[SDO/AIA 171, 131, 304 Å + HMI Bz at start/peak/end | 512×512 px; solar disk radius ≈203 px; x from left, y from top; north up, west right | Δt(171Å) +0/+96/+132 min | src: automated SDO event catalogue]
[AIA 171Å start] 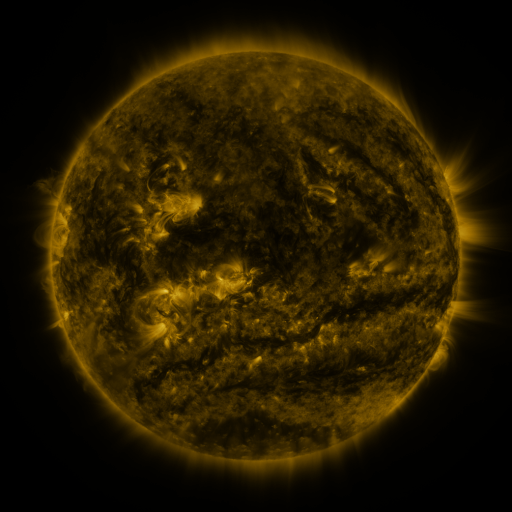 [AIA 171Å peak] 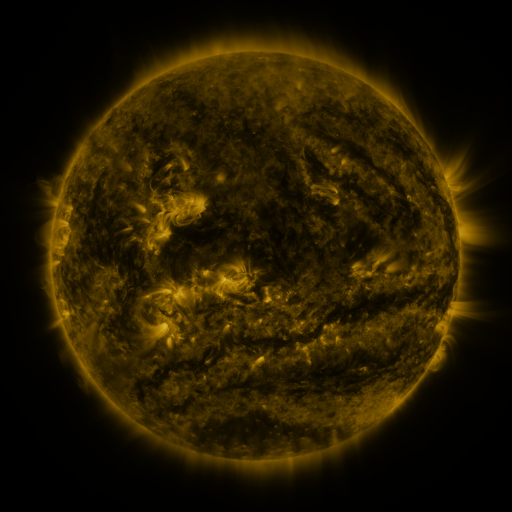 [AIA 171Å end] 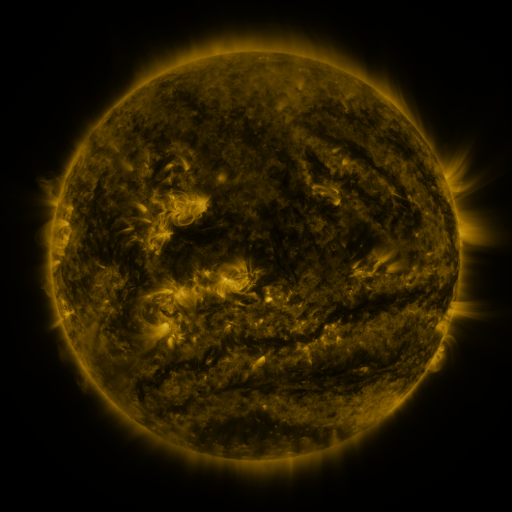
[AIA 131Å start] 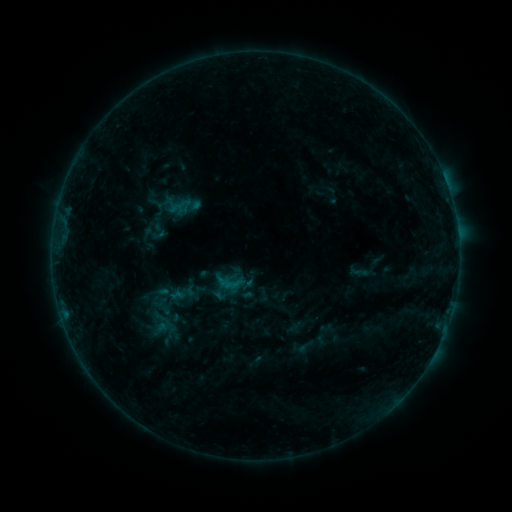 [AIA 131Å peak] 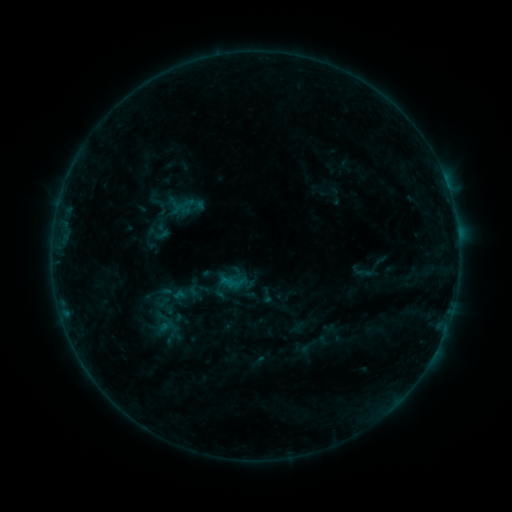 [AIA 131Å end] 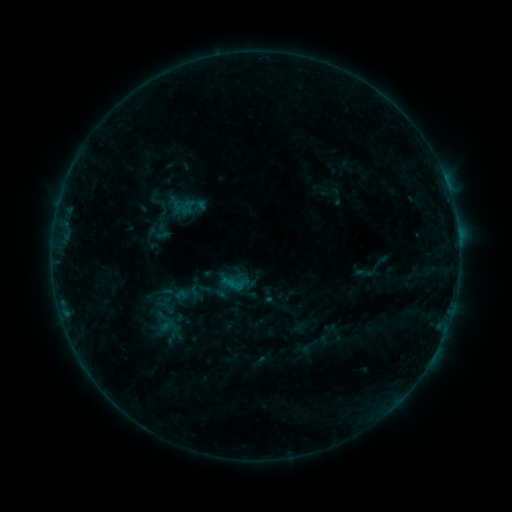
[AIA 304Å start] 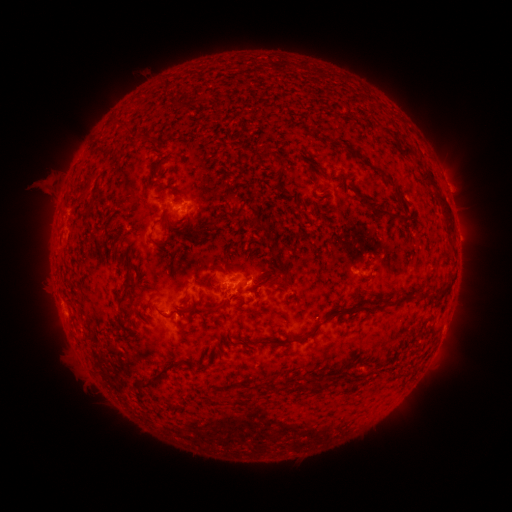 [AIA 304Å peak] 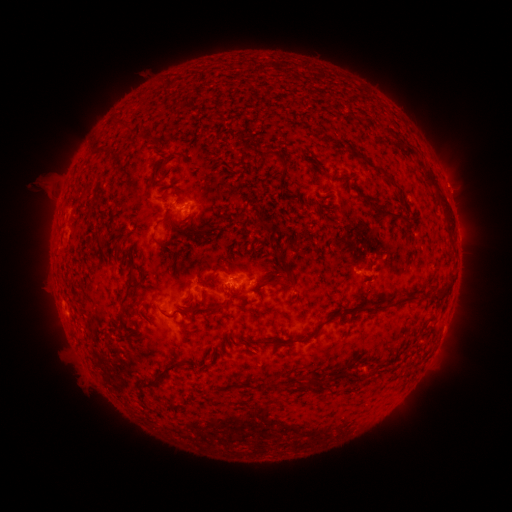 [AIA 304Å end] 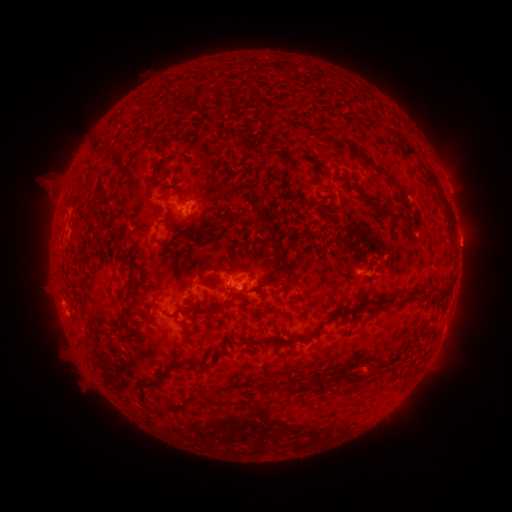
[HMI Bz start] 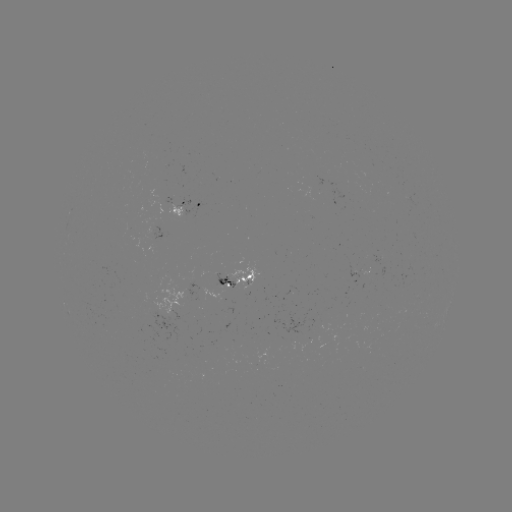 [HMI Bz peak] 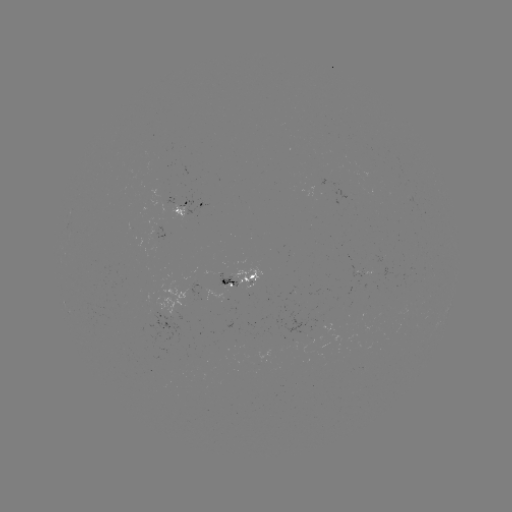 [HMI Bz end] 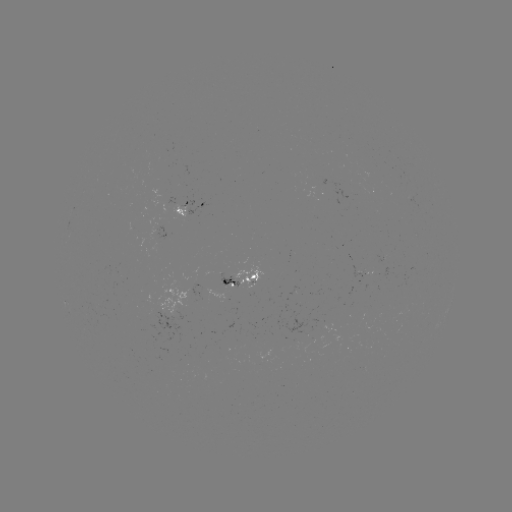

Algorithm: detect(emerging-flux region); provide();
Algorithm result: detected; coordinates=410,198